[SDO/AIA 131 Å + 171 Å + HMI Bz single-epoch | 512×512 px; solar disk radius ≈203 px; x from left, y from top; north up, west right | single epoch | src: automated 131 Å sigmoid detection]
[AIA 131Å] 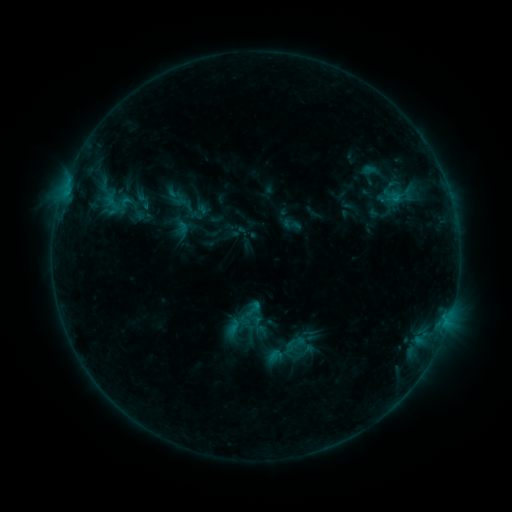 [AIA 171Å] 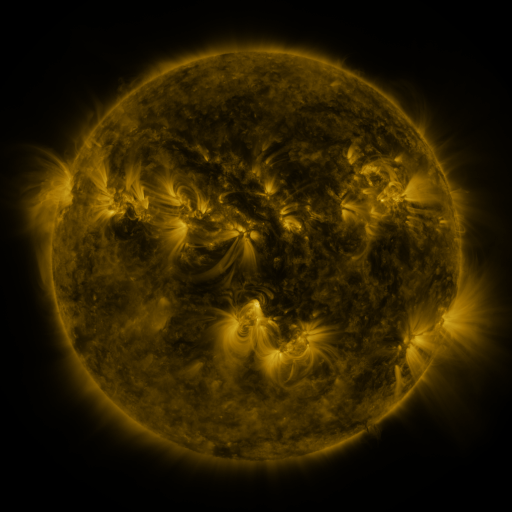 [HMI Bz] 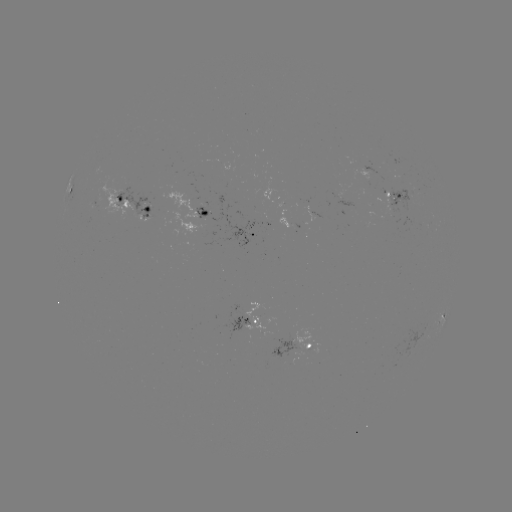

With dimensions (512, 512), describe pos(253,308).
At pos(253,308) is sigmoid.